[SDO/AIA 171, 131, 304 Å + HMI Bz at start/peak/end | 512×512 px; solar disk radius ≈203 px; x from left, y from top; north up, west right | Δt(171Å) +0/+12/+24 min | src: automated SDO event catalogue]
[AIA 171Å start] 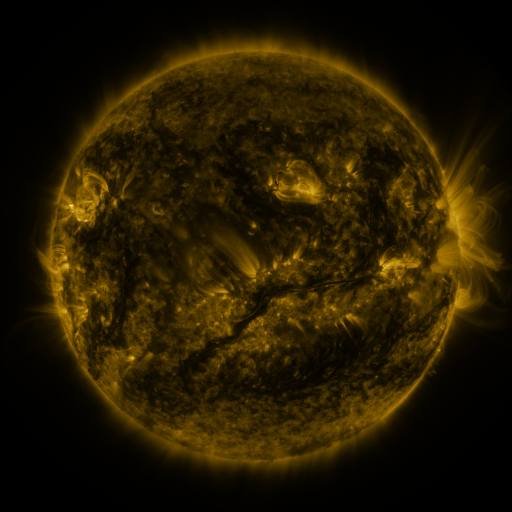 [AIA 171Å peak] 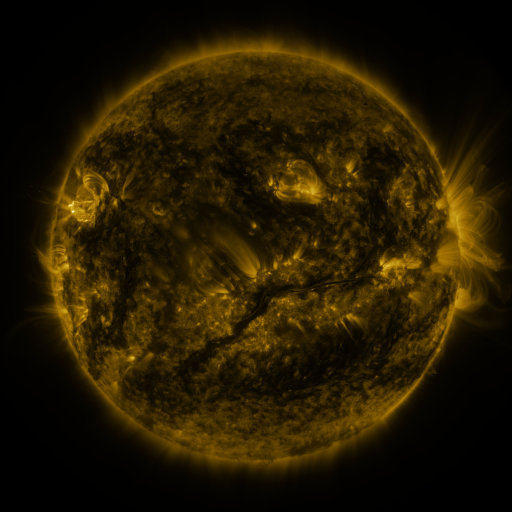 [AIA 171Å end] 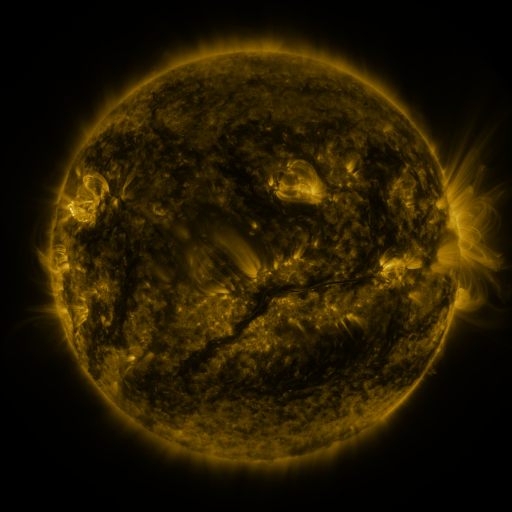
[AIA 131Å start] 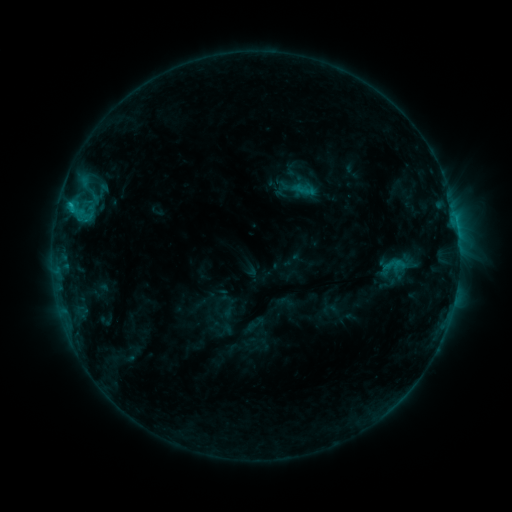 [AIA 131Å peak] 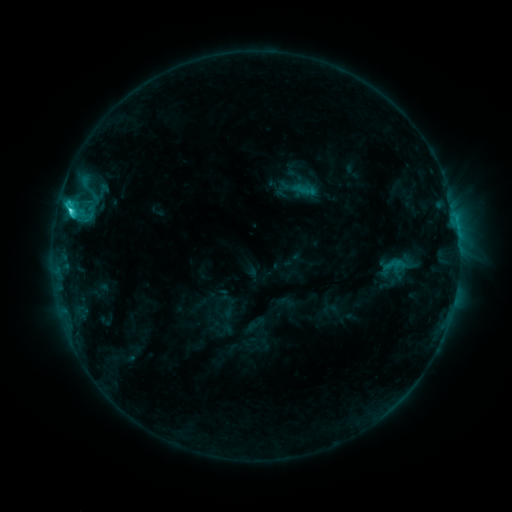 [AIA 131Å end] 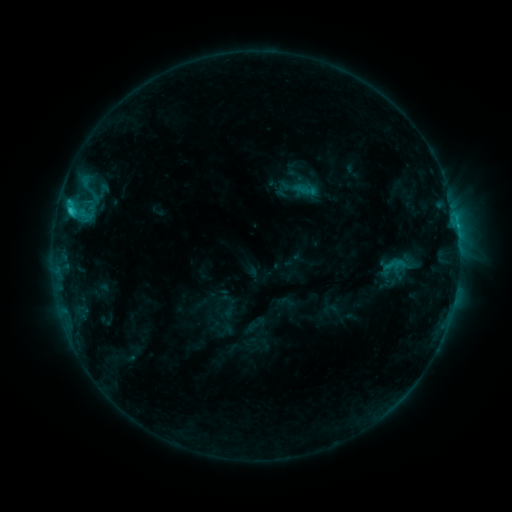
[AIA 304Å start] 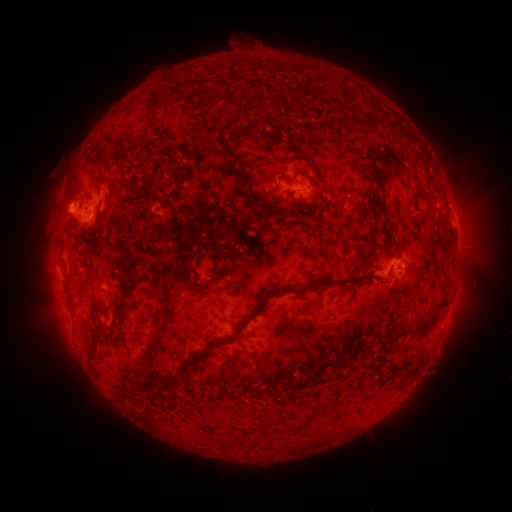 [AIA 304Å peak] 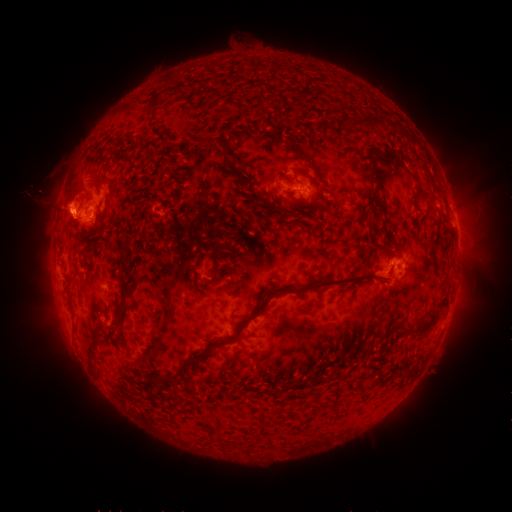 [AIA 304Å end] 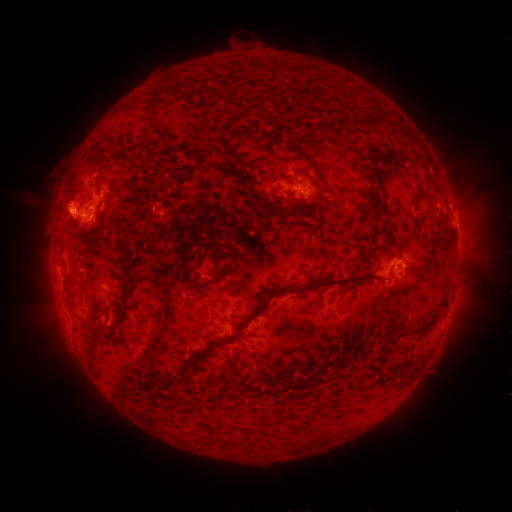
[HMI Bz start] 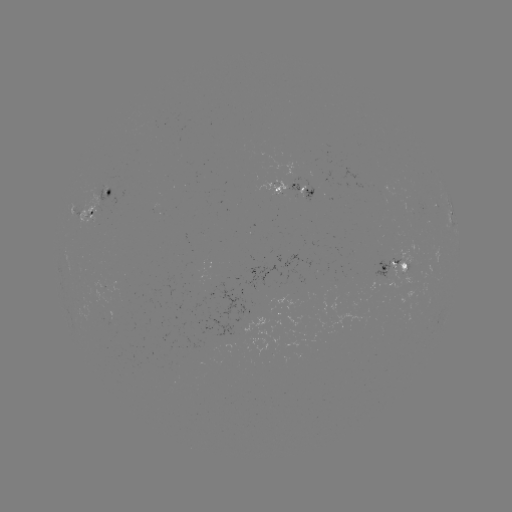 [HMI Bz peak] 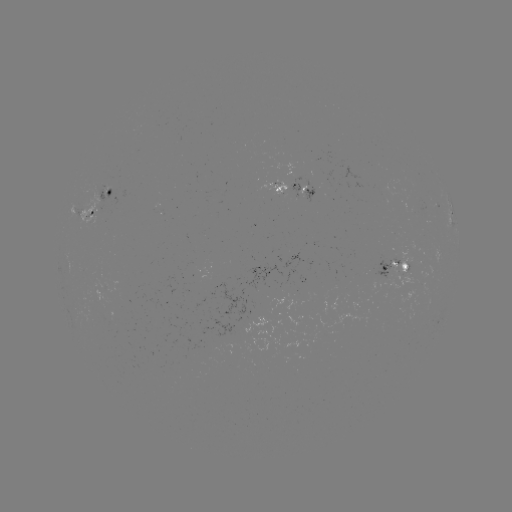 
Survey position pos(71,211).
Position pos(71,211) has C2.7 flare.